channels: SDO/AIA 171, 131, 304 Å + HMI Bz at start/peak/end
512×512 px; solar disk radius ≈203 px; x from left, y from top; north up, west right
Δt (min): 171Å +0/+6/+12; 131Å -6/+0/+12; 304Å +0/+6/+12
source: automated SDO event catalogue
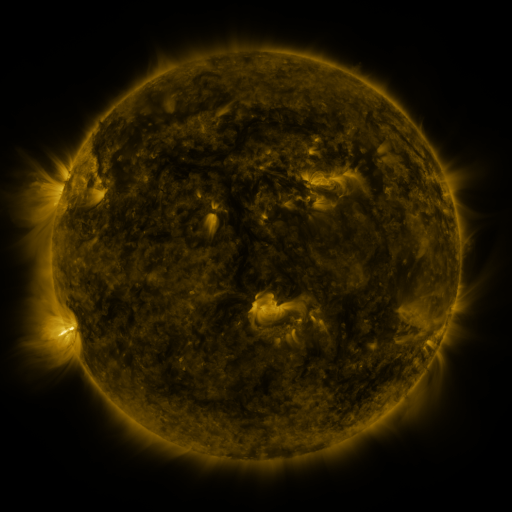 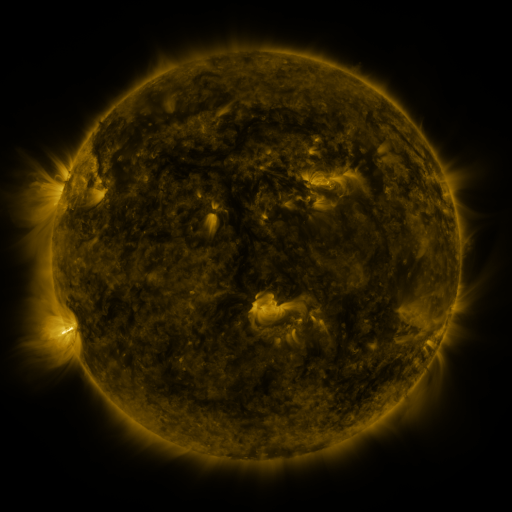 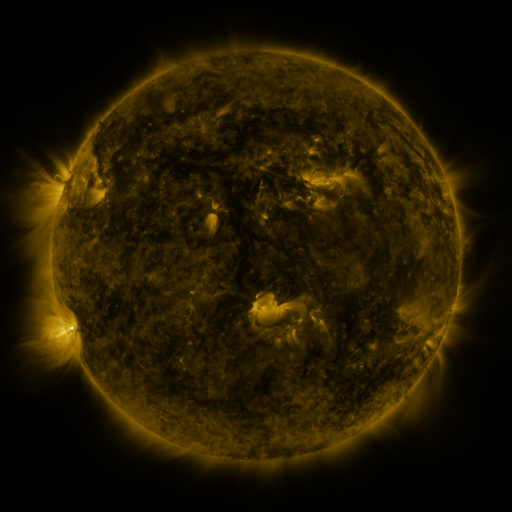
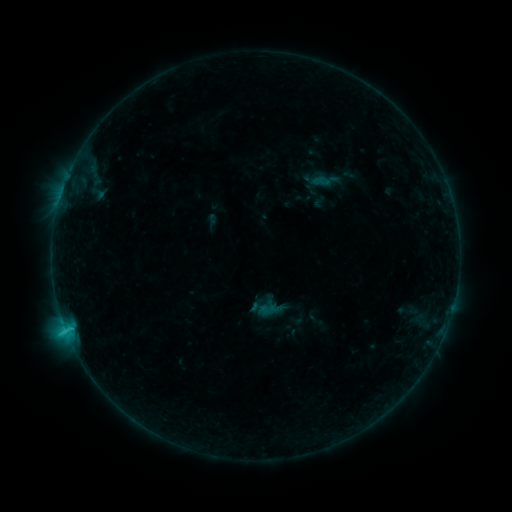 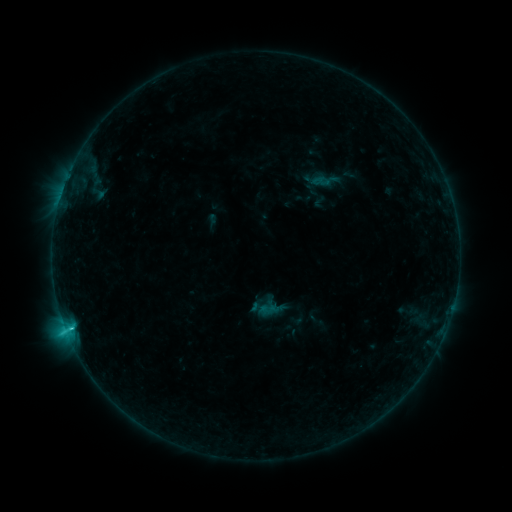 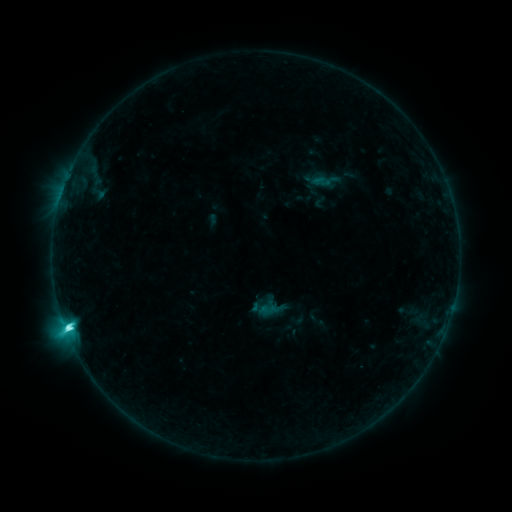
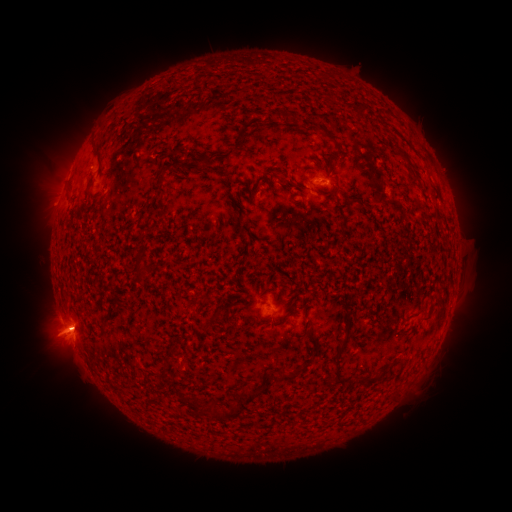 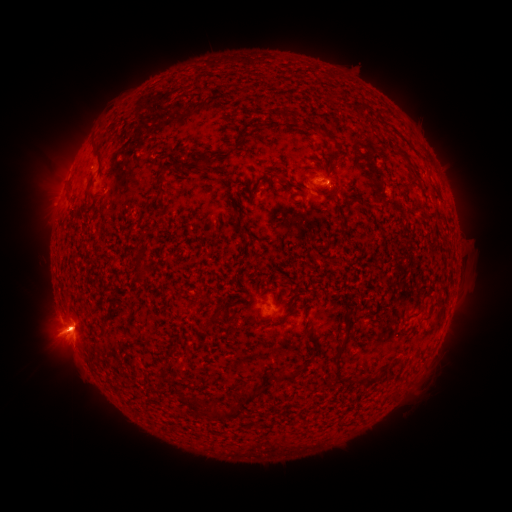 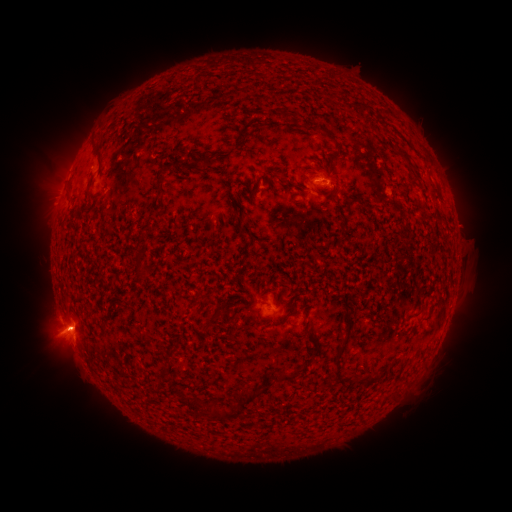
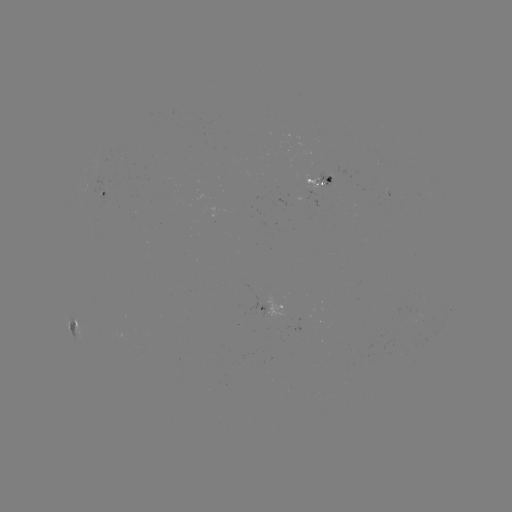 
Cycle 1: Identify C5.3 flare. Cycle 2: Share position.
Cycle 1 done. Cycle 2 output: (72, 327).